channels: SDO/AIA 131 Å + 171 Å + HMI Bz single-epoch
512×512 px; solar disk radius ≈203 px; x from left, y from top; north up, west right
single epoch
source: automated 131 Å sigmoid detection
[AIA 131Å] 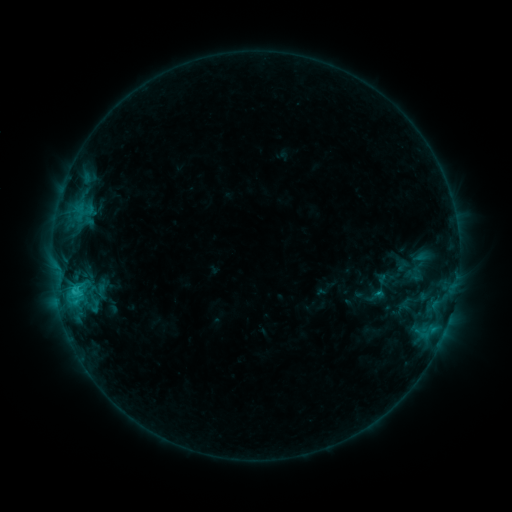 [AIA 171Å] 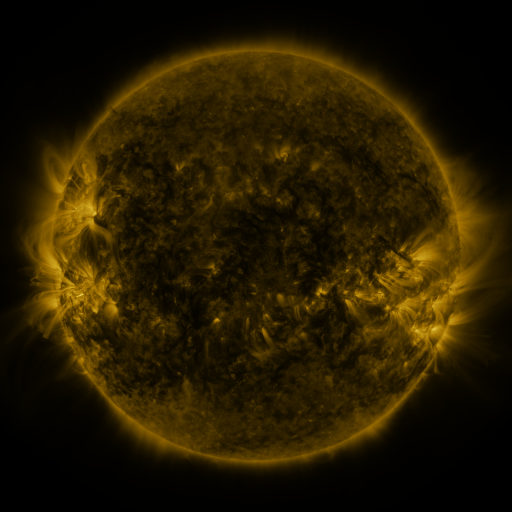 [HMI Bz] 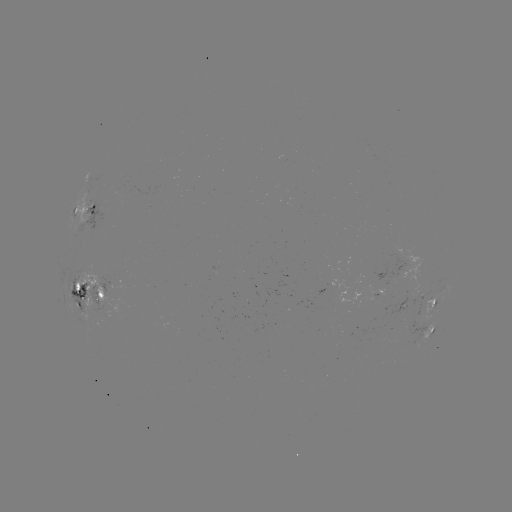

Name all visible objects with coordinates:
sigmoid: (381, 286)
